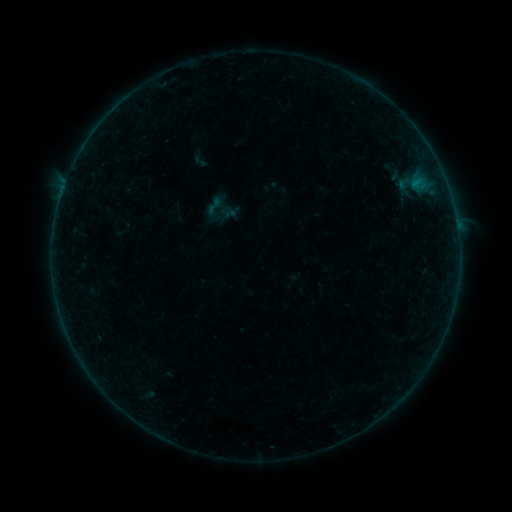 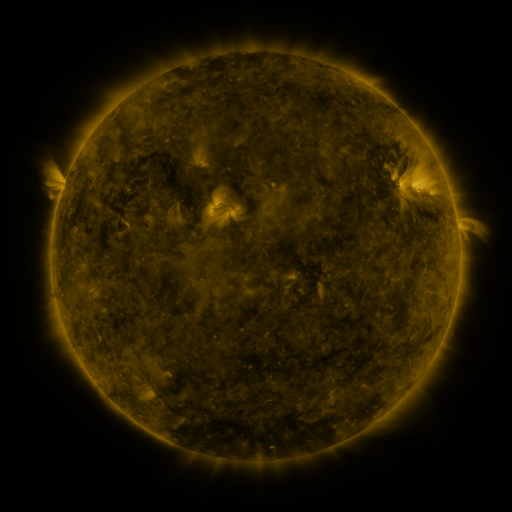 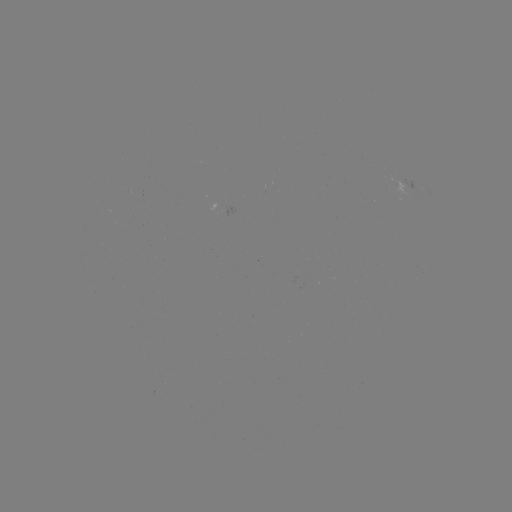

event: sigmoid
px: (214, 205)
